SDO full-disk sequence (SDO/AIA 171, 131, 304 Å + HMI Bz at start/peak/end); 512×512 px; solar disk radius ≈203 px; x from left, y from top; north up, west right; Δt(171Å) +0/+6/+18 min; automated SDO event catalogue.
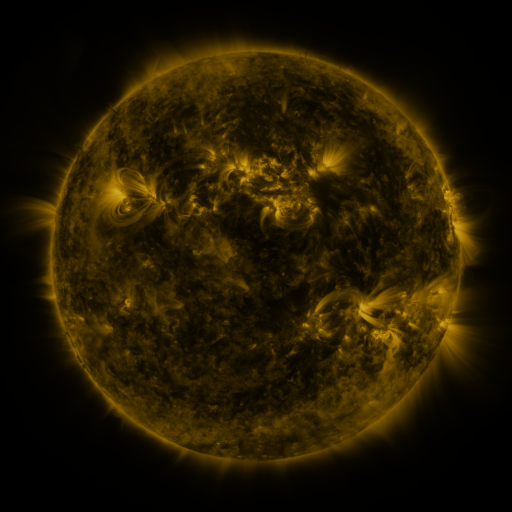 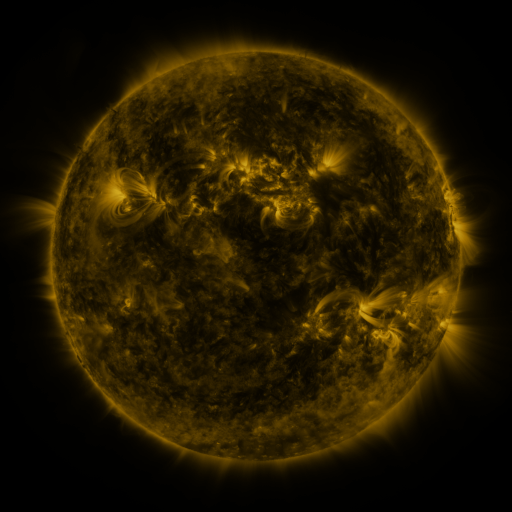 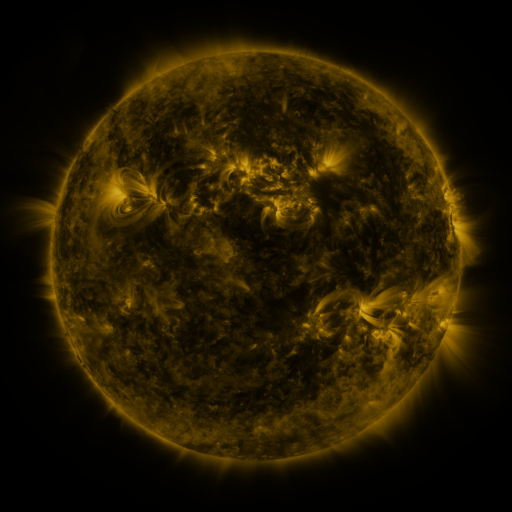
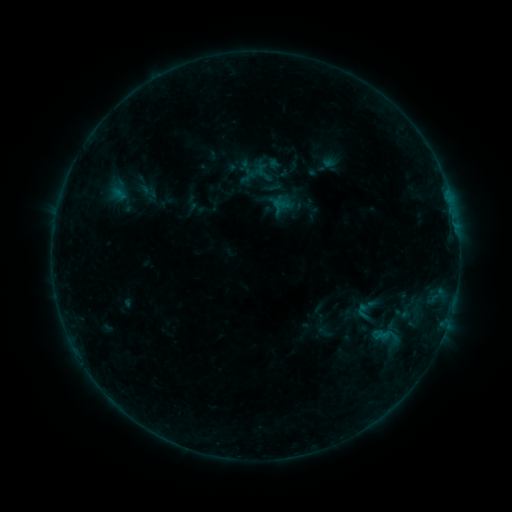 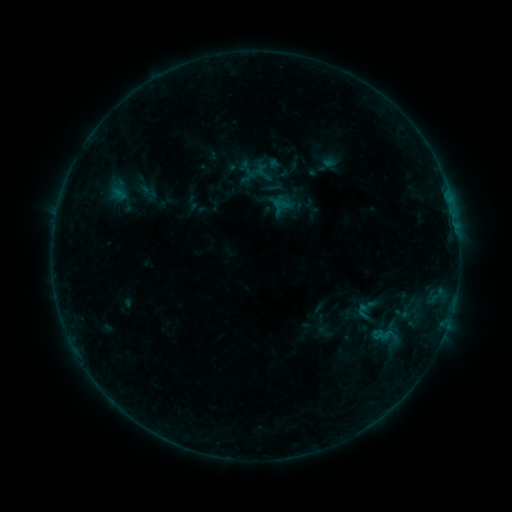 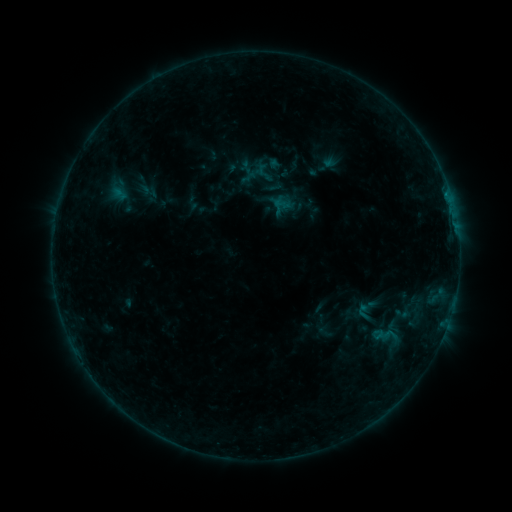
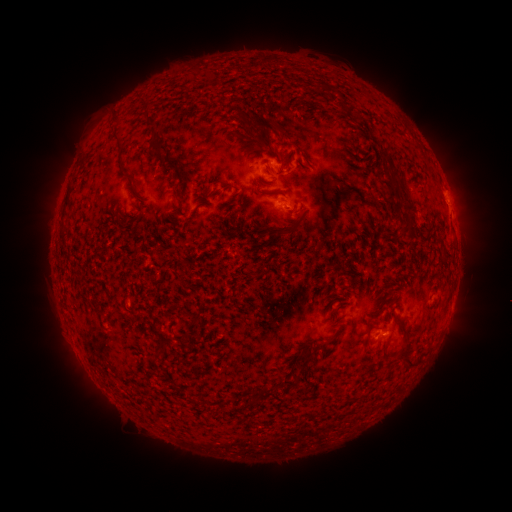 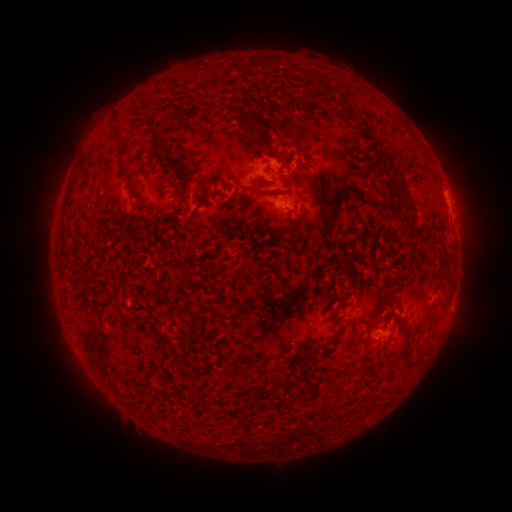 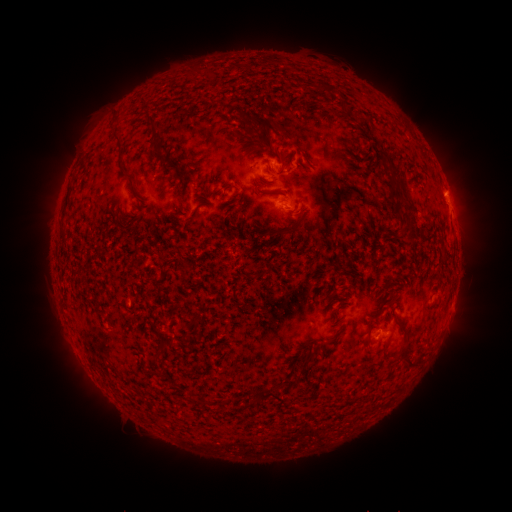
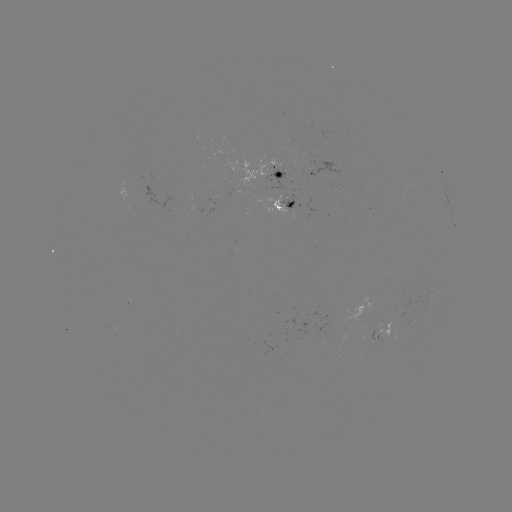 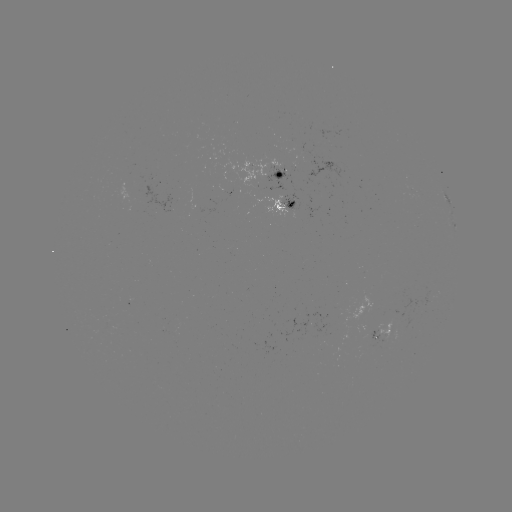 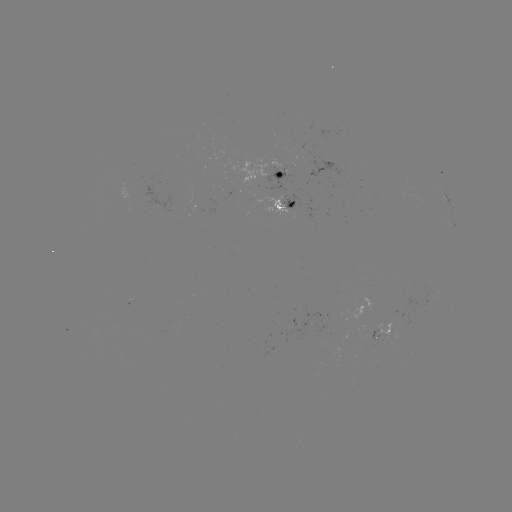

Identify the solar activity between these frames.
no flare in any classed list; no EUV-trigger detection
